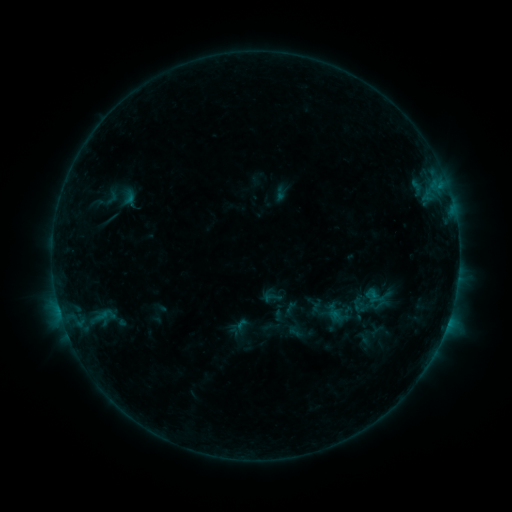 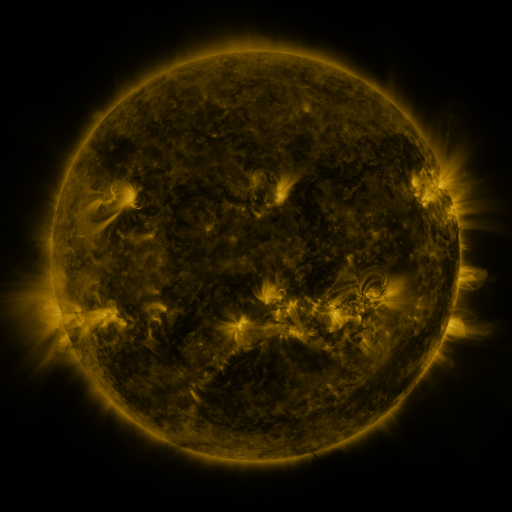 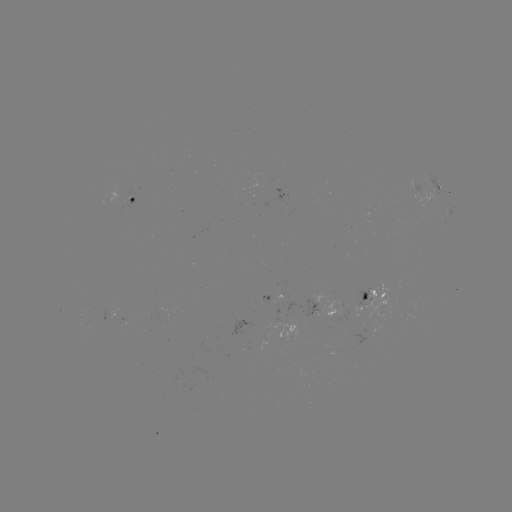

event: sigmoid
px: (112, 197)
